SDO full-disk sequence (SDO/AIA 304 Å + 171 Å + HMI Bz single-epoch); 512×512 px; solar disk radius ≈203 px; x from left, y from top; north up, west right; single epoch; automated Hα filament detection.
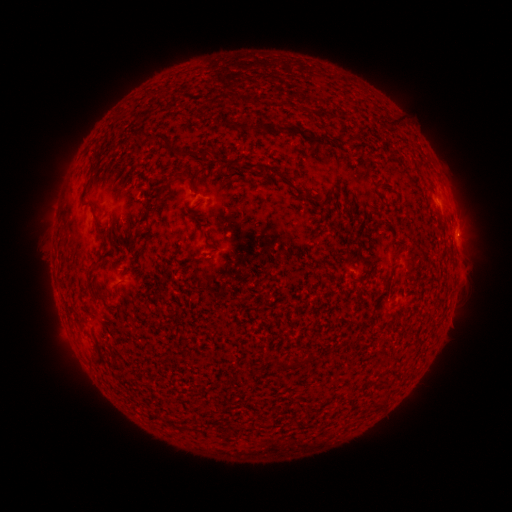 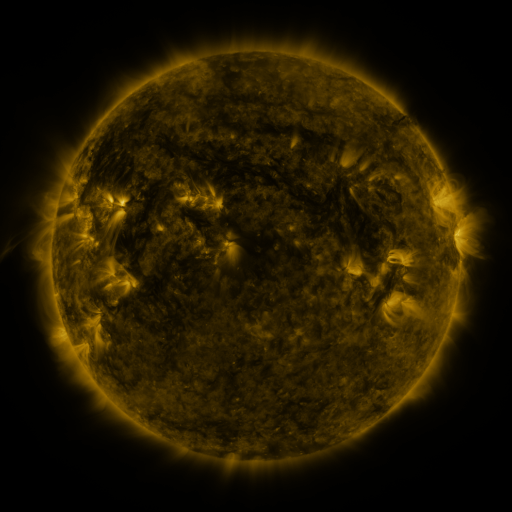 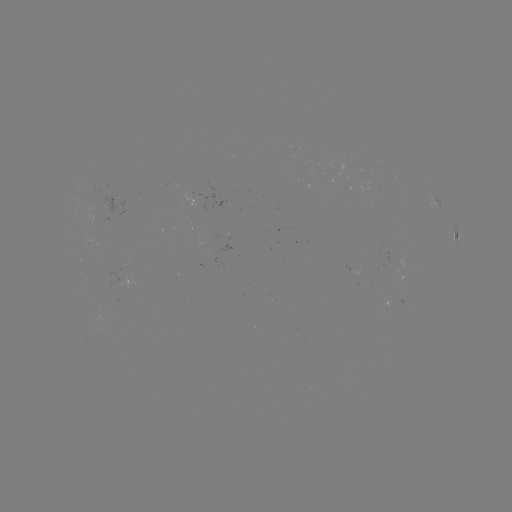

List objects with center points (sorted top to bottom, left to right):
filament: (150, 93)
filament: (394, 121)
filament: (248, 129)
filament: (310, 136)
filament: (139, 137)
filament: (174, 151)
filament: (91, 168)
filament: (276, 174)
filament: (180, 175)
filament: (163, 190)
filament: (94, 266)
filament: (115, 289)
filament: (283, 364)
filament: (173, 423)
